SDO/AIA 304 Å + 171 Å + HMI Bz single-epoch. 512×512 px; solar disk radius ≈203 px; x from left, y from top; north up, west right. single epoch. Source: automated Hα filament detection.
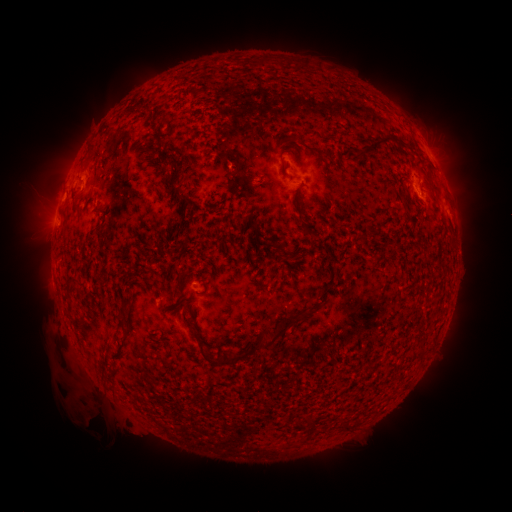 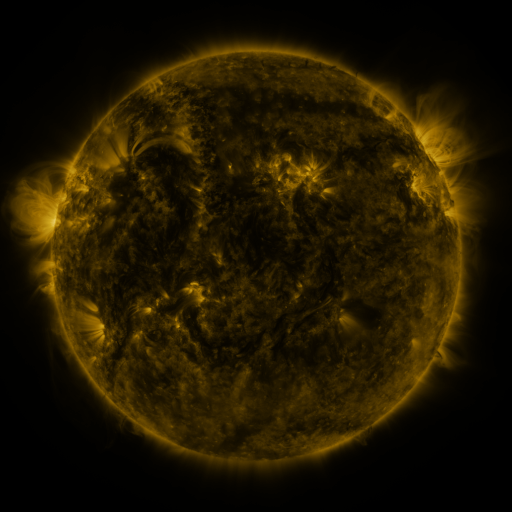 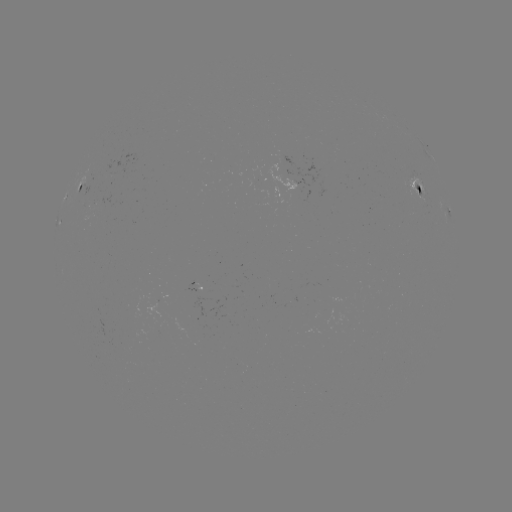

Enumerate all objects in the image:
filament: (384, 139)
filament: (436, 189)
filament: (304, 223)
filament: (281, 330)
filament: (266, 332)
filament: (201, 349)
filament: (235, 357)
